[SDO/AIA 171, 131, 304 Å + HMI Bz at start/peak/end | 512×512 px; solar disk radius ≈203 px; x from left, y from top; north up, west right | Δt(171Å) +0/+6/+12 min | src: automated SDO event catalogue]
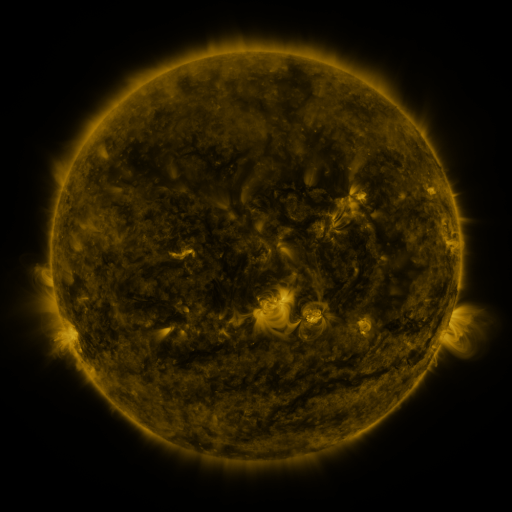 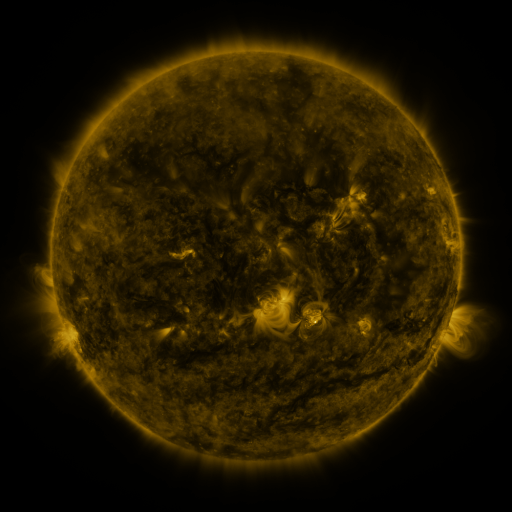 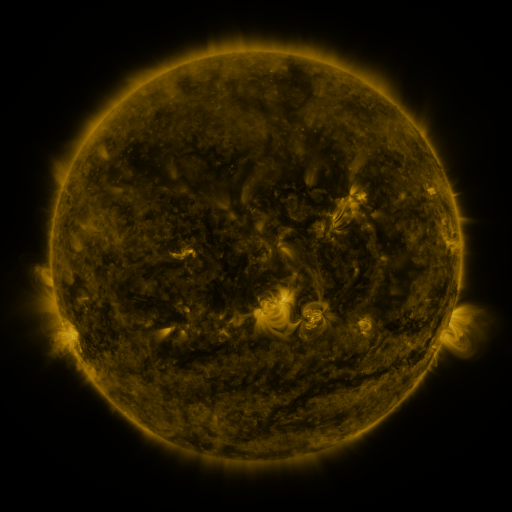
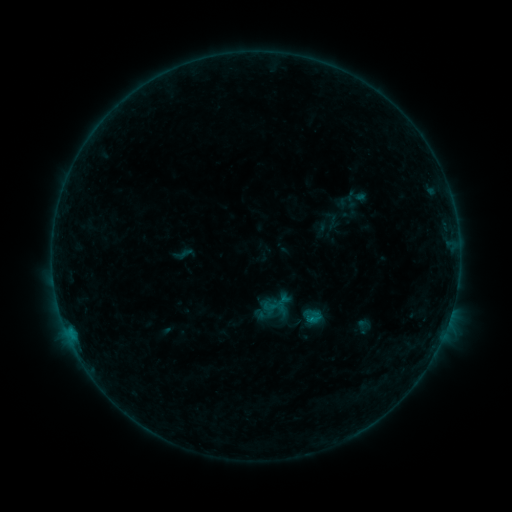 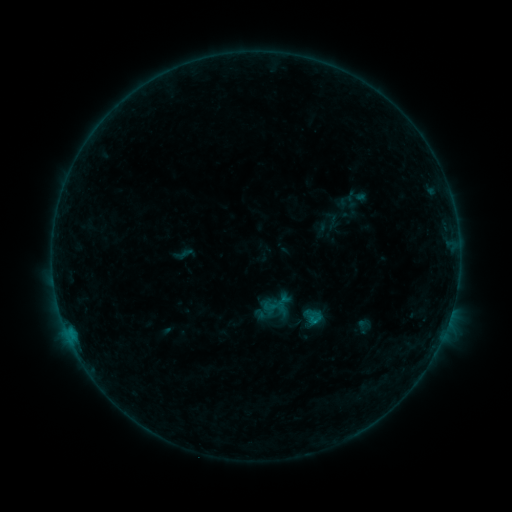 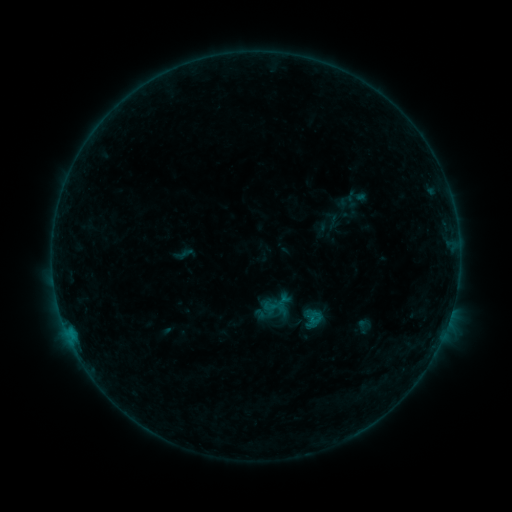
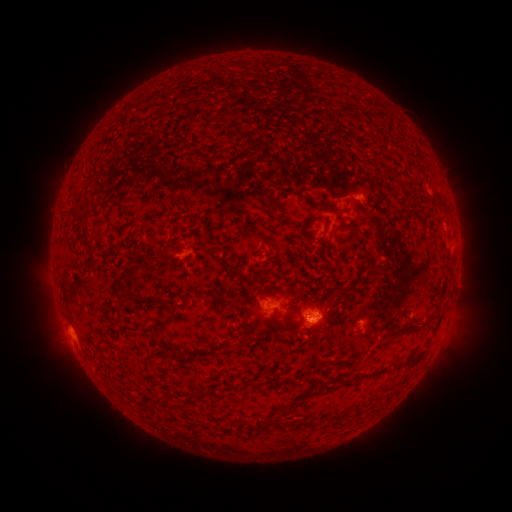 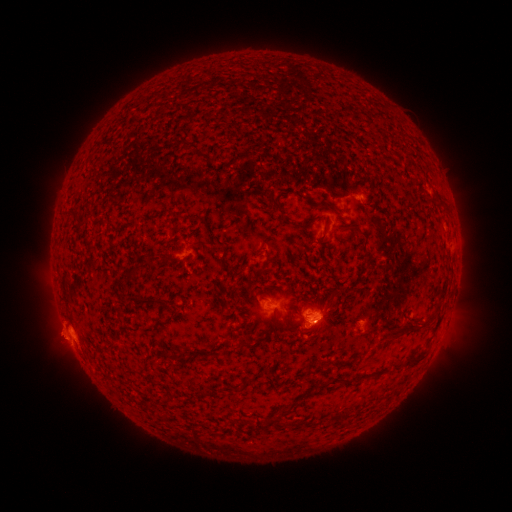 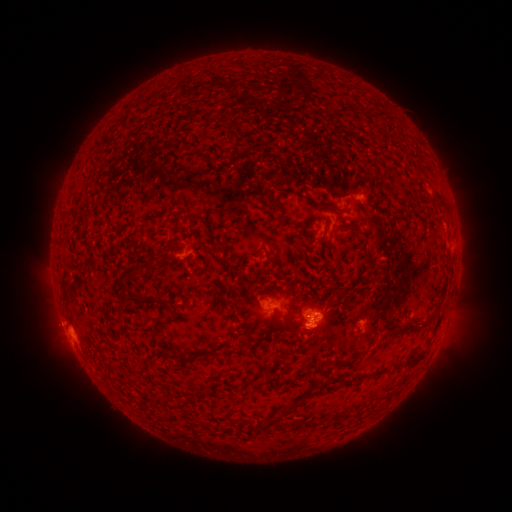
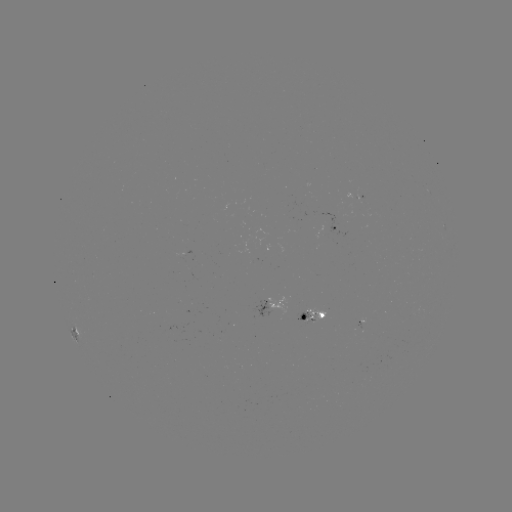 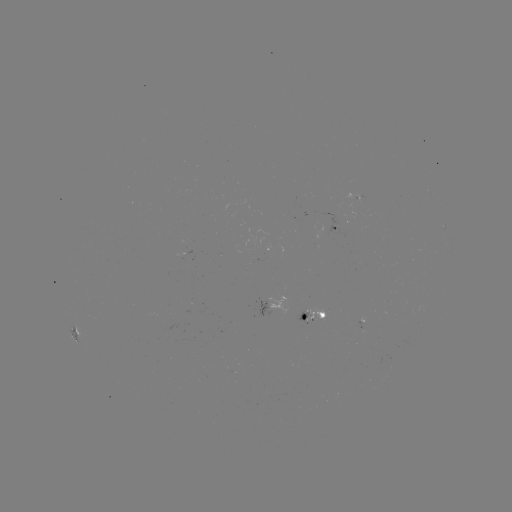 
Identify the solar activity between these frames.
eruption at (58, 330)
